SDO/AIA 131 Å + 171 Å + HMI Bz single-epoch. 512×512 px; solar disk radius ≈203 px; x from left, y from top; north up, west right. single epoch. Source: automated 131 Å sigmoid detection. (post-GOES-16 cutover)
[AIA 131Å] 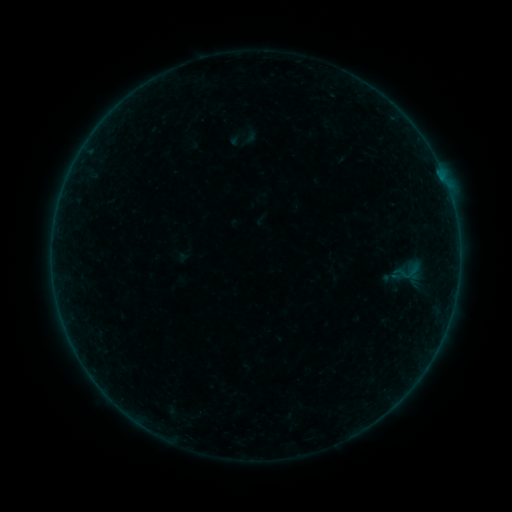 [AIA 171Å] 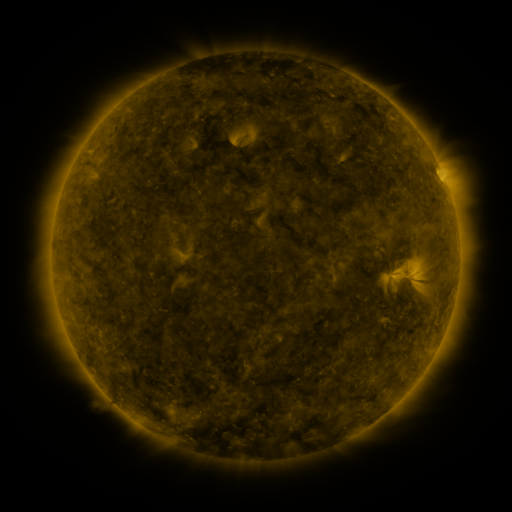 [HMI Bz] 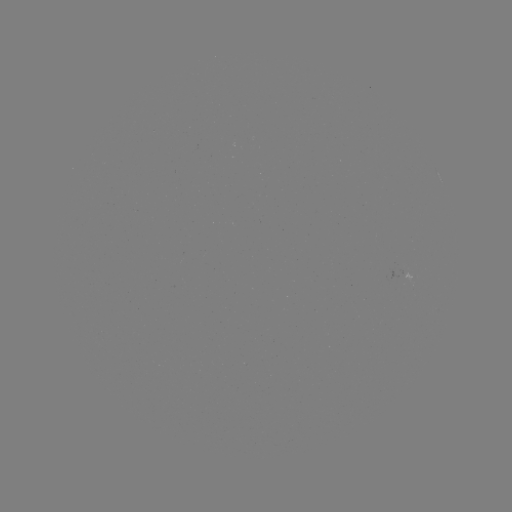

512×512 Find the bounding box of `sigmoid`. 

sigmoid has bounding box [400, 262, 418, 283].